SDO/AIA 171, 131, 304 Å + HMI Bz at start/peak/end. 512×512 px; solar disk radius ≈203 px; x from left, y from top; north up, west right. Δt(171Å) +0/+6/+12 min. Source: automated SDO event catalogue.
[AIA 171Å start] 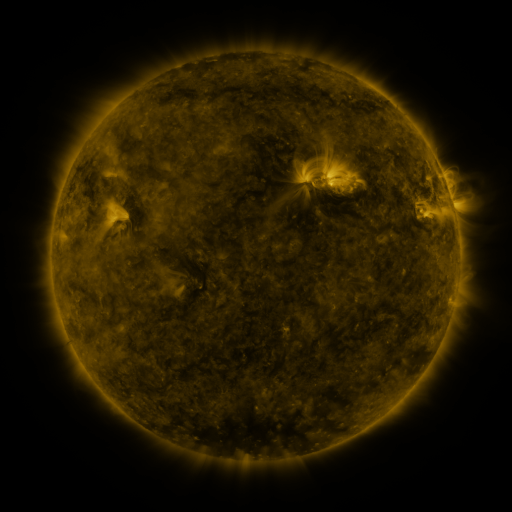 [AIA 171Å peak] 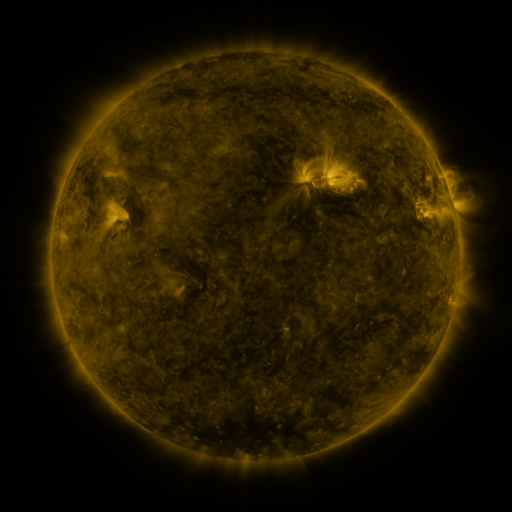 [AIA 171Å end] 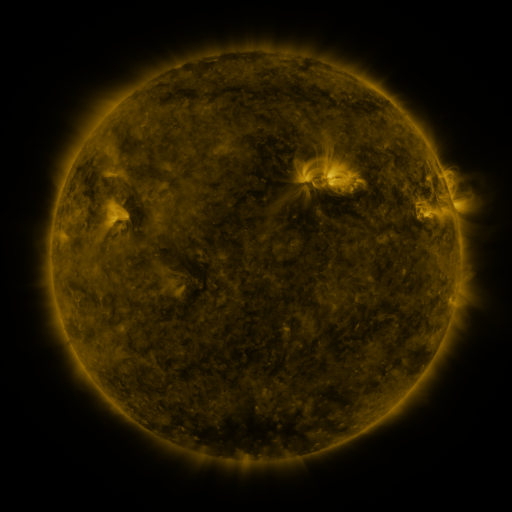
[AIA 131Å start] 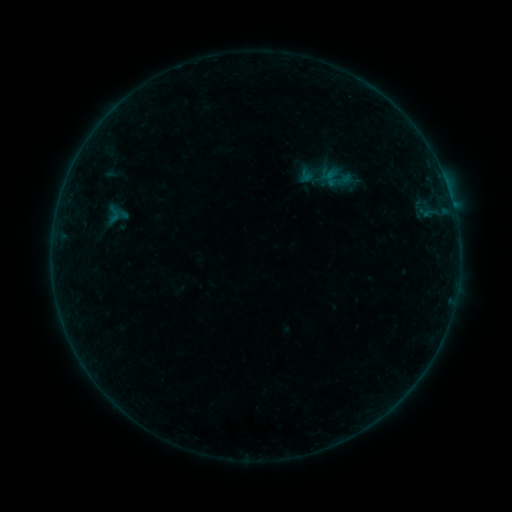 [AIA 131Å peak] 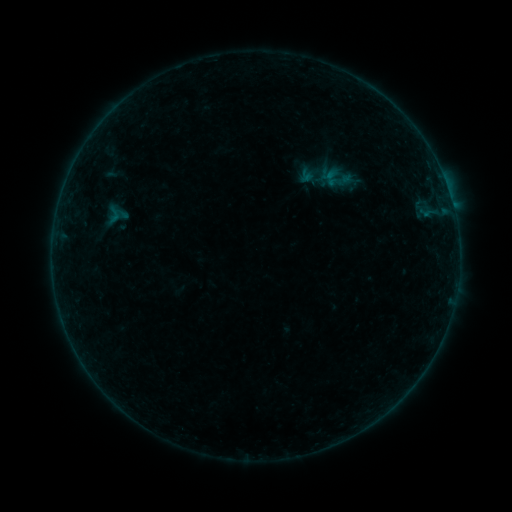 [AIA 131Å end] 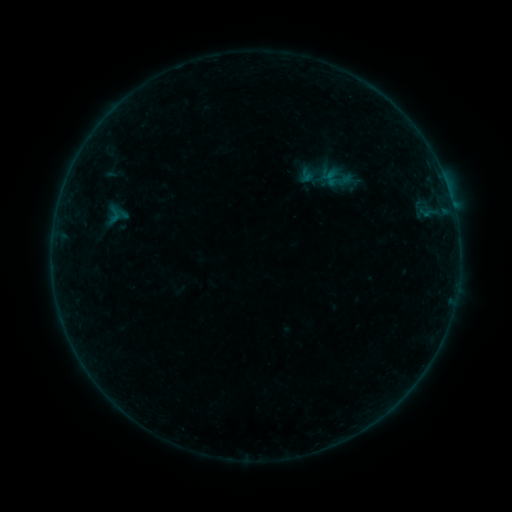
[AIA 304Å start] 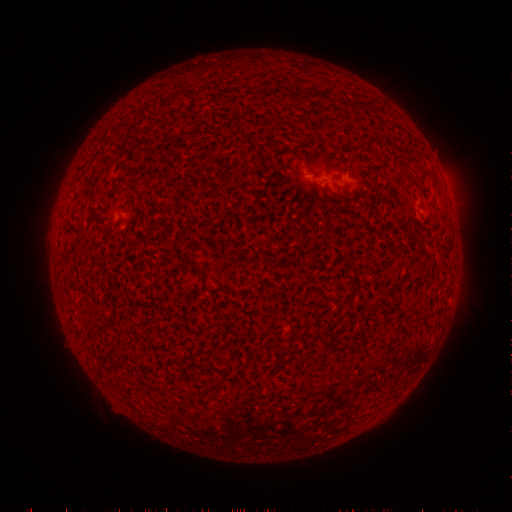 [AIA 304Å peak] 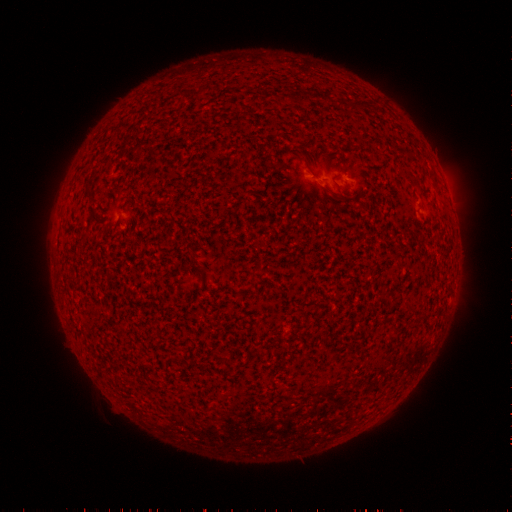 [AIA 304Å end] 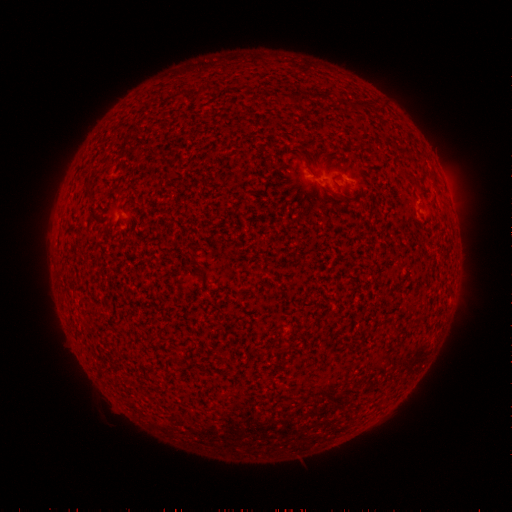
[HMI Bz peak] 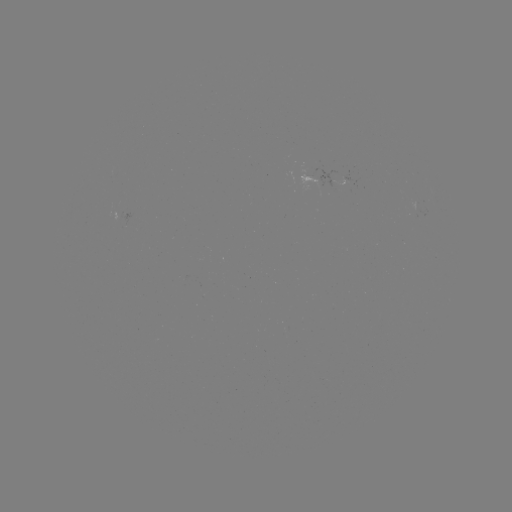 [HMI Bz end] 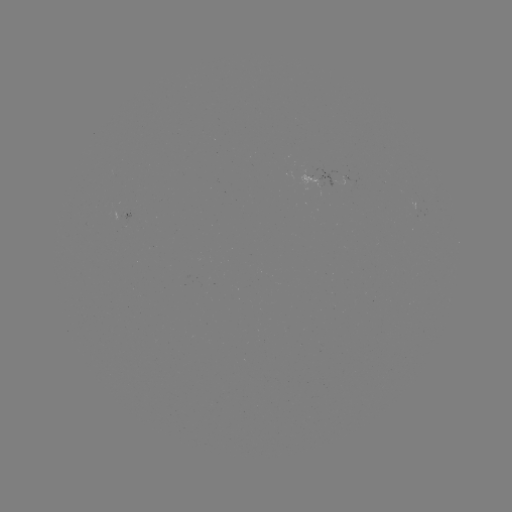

no catalogued flare and no flagged EUV brightening in this window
